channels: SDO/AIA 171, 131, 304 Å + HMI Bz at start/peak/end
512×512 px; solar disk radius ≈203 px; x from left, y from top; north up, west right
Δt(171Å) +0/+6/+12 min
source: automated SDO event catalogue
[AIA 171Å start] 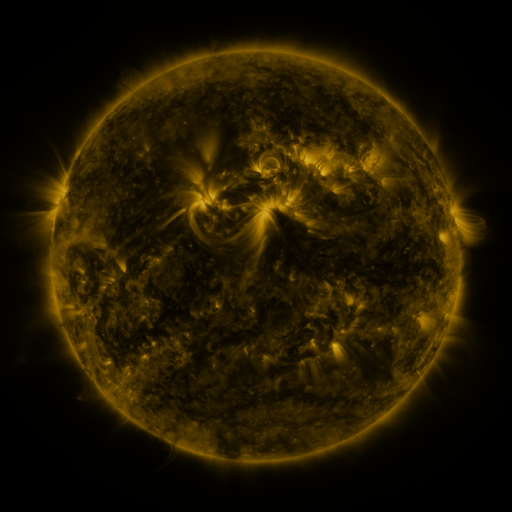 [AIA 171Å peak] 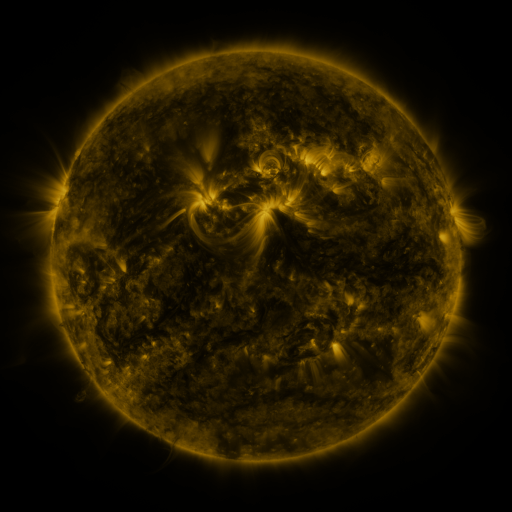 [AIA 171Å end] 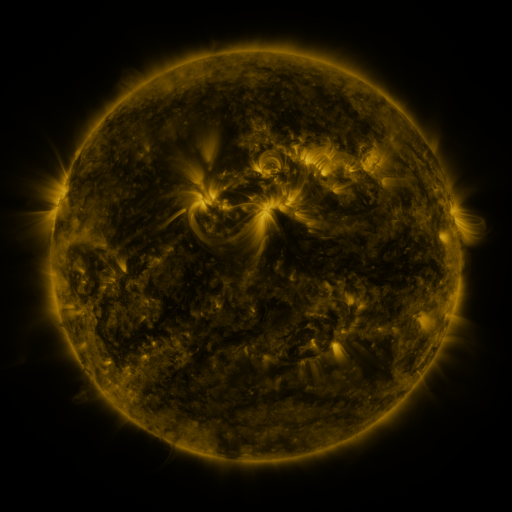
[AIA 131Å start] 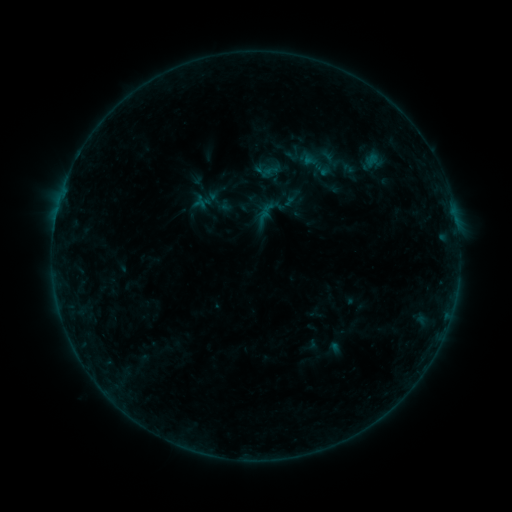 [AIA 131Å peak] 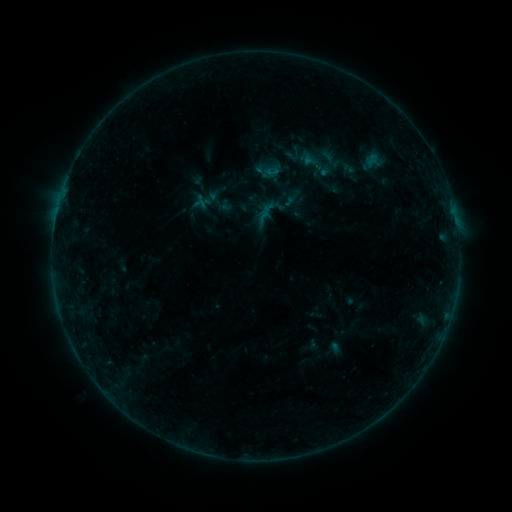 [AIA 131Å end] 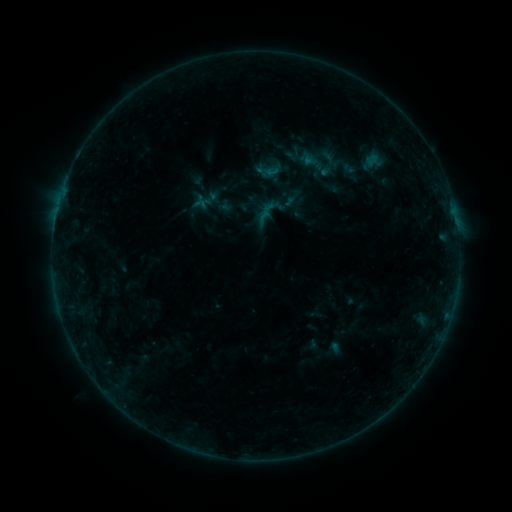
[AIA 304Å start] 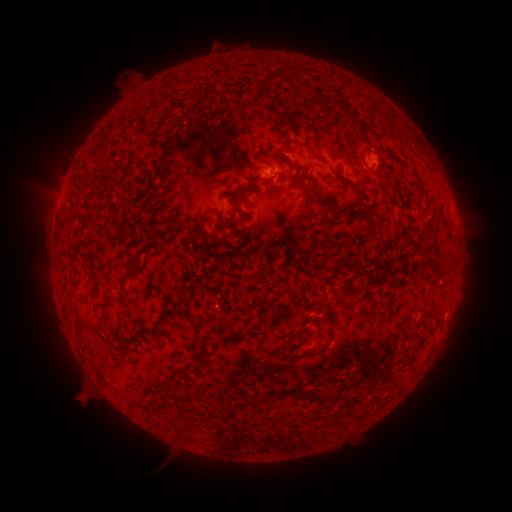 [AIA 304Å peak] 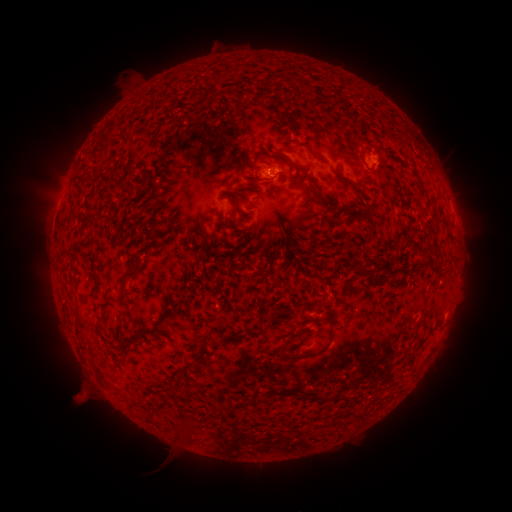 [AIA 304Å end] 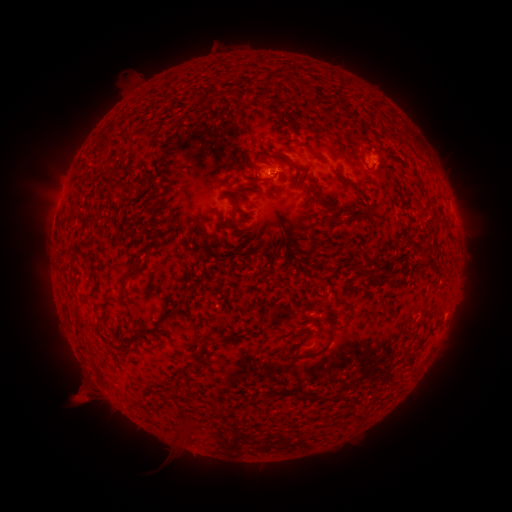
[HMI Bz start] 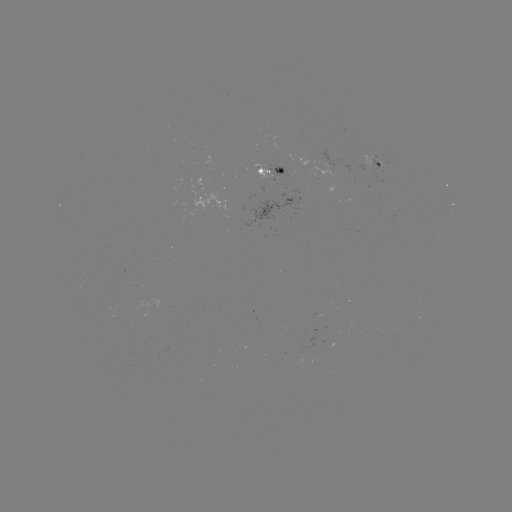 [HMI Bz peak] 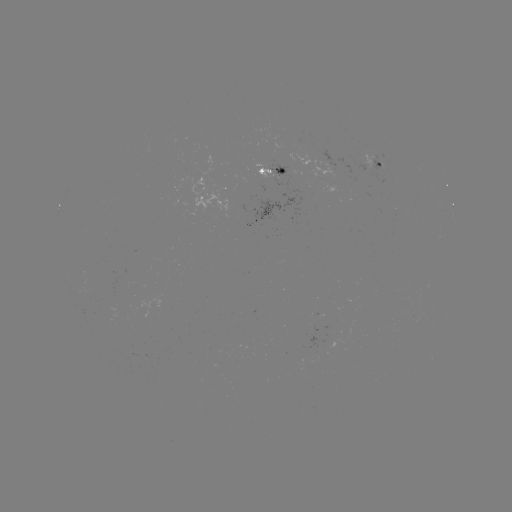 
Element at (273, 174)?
B2.7 flare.